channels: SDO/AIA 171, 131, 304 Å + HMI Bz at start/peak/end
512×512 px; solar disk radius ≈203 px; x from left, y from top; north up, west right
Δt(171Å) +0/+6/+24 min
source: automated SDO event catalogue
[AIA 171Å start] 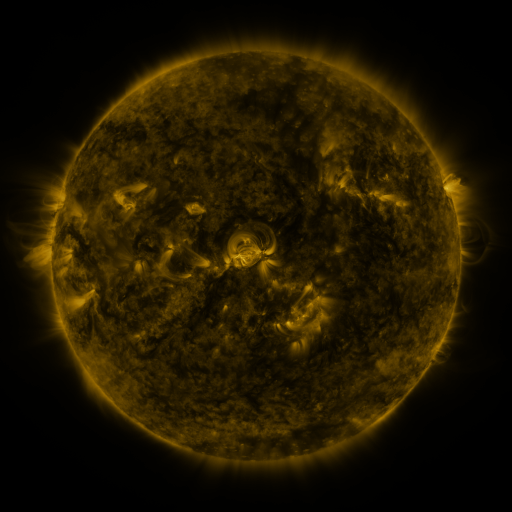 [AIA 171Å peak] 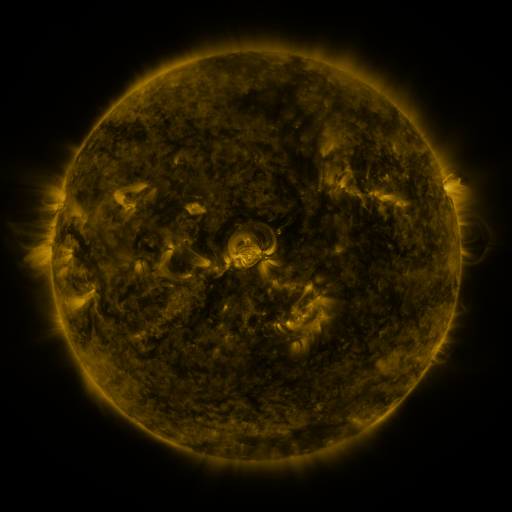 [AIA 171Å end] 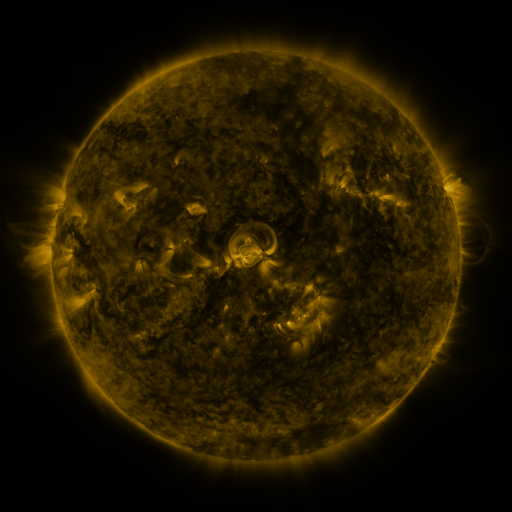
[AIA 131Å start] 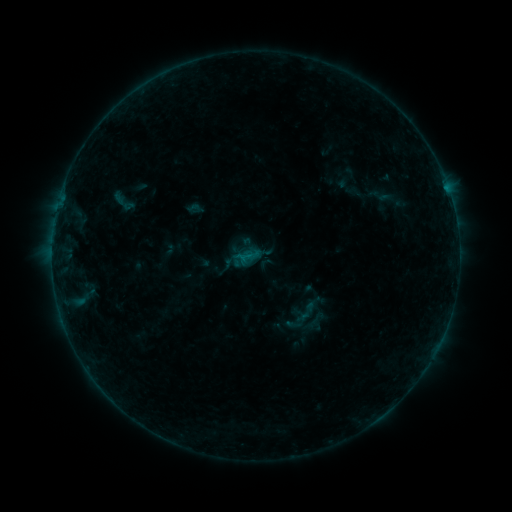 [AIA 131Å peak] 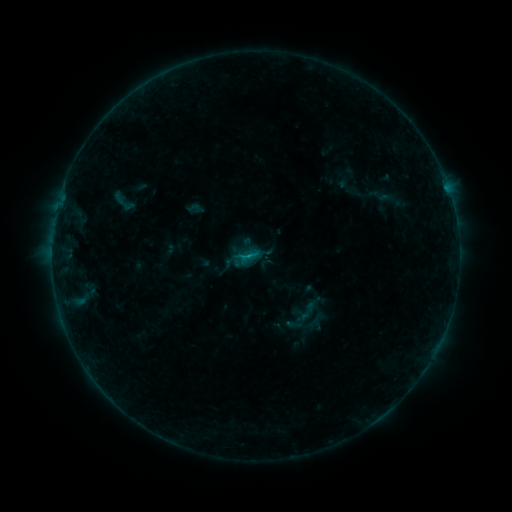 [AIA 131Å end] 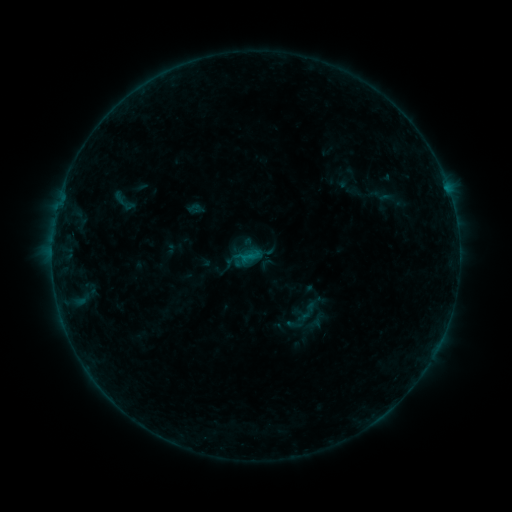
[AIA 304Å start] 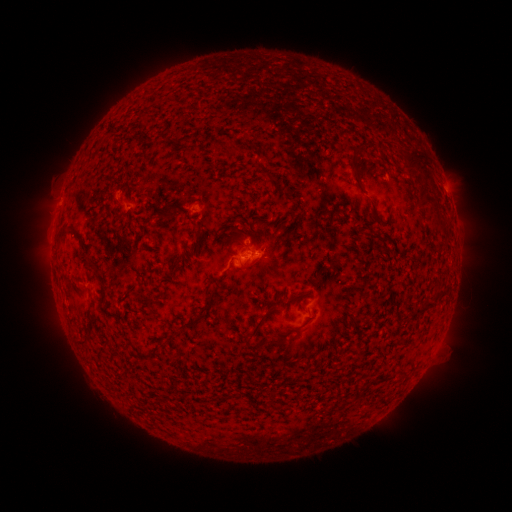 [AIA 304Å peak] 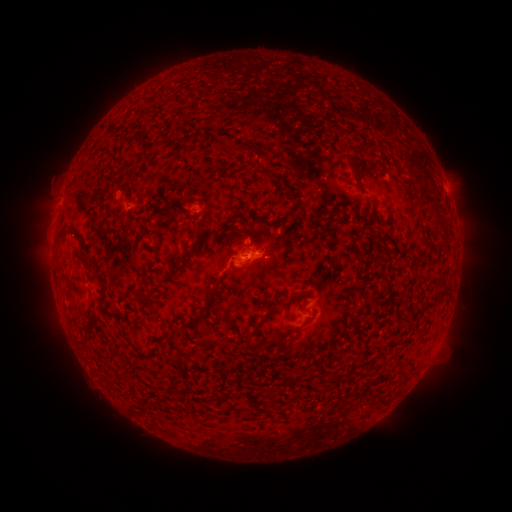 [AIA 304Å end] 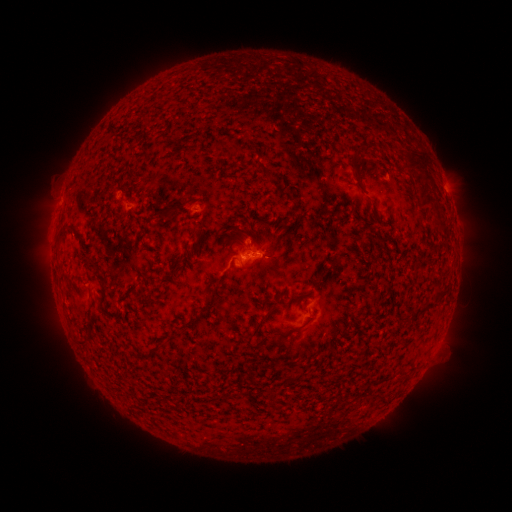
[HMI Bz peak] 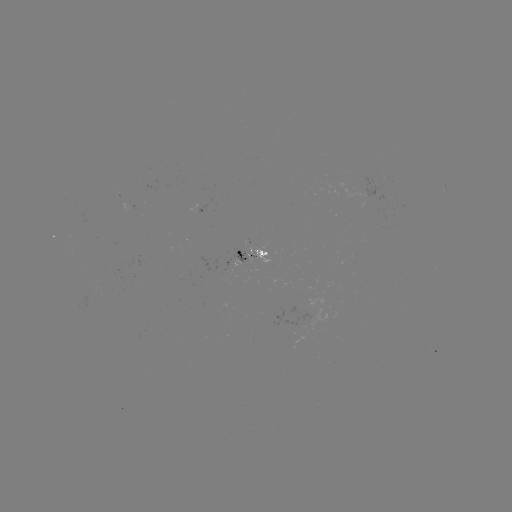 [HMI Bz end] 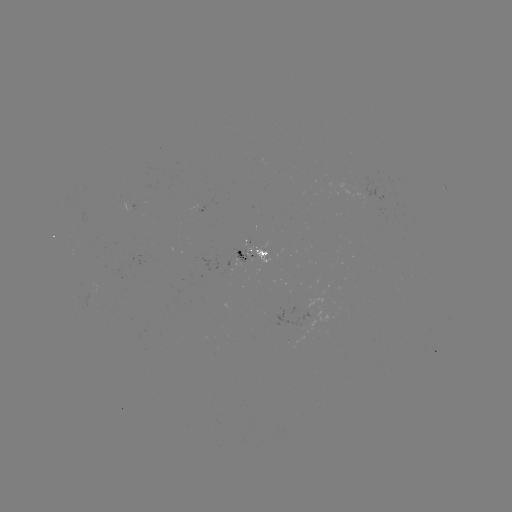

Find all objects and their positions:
B4.1 flare: (248, 255)
